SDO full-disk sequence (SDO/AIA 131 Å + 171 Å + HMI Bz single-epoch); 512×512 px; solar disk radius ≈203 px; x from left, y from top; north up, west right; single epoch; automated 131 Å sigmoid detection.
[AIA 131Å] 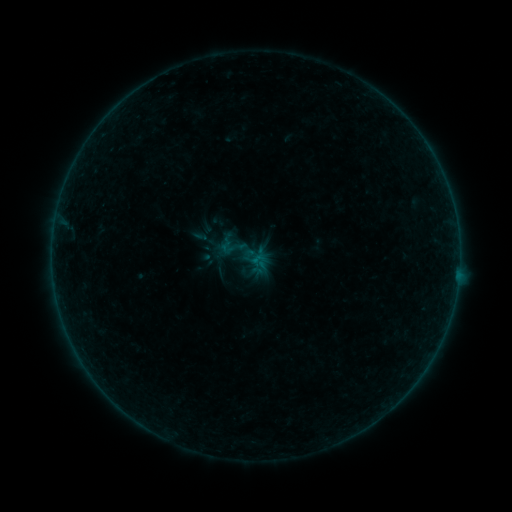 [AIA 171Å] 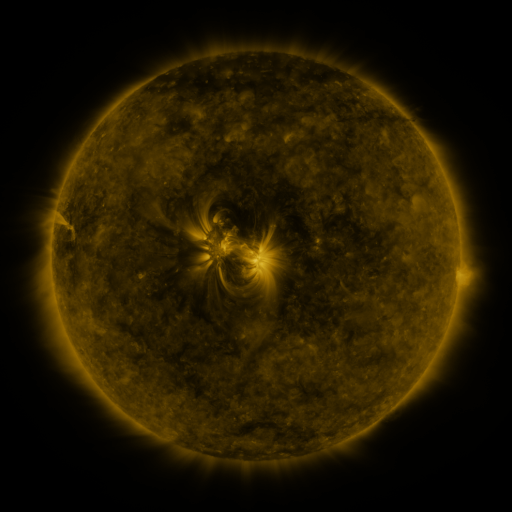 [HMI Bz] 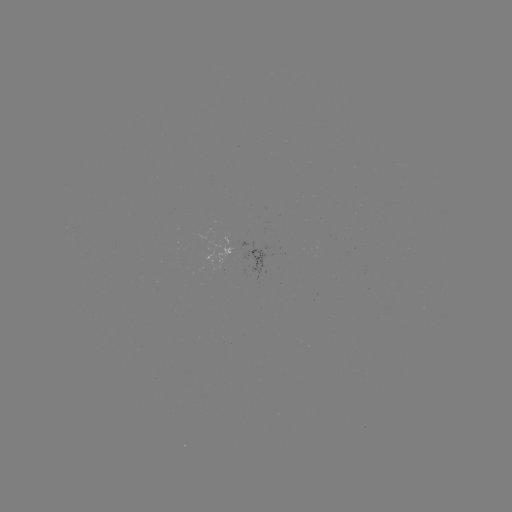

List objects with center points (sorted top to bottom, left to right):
sigmoid: (217, 236, 237, 256)
